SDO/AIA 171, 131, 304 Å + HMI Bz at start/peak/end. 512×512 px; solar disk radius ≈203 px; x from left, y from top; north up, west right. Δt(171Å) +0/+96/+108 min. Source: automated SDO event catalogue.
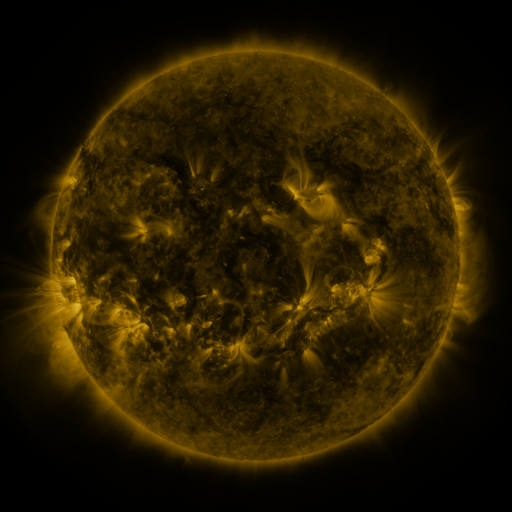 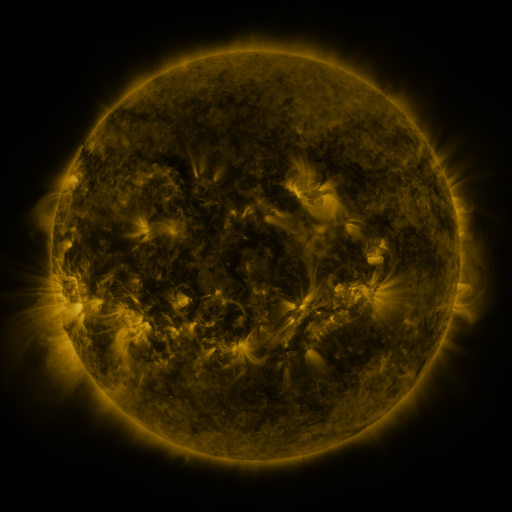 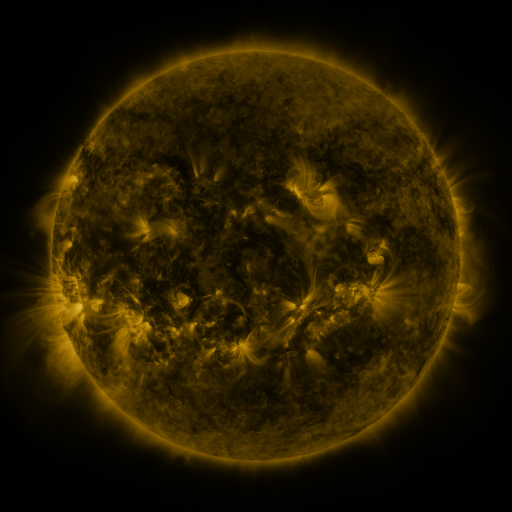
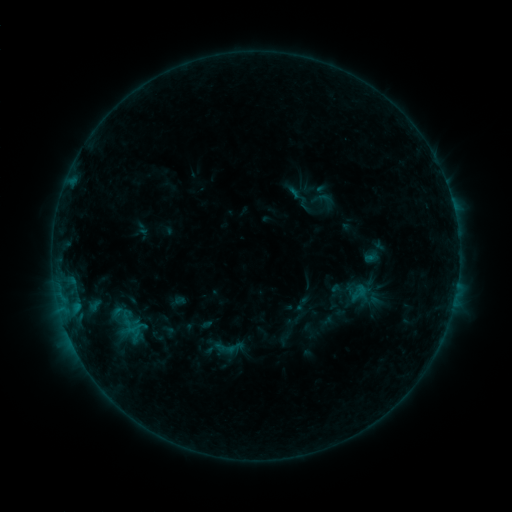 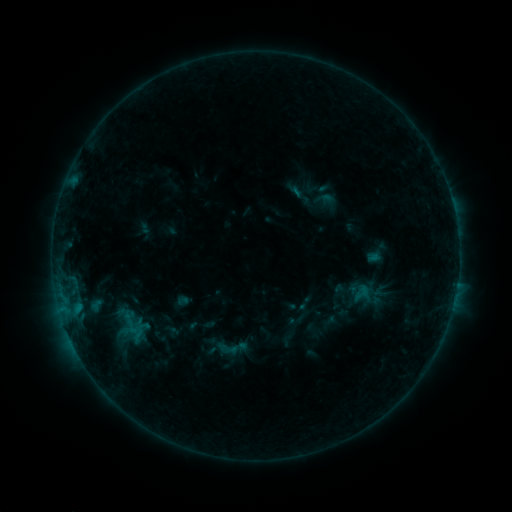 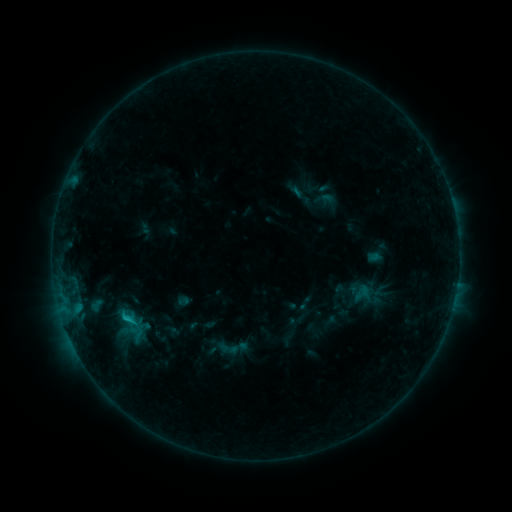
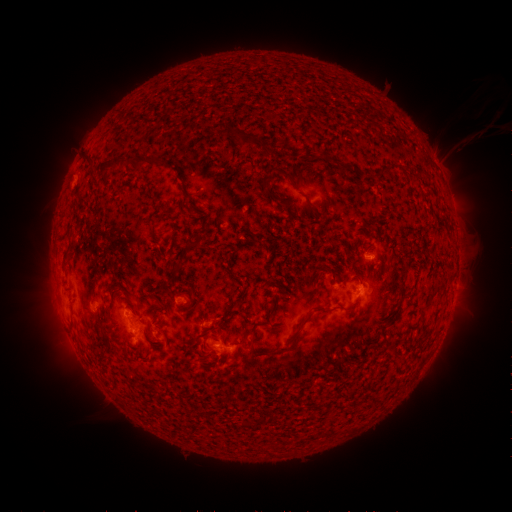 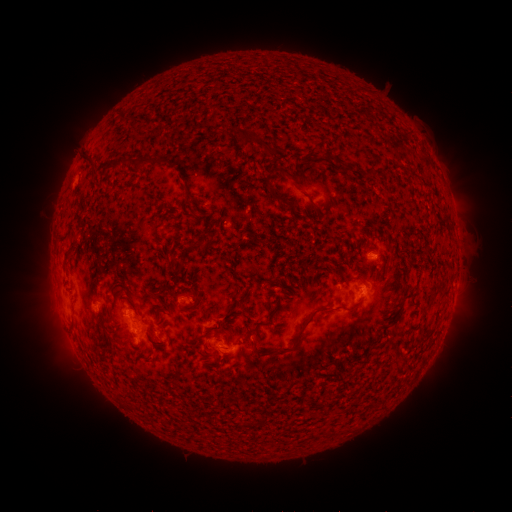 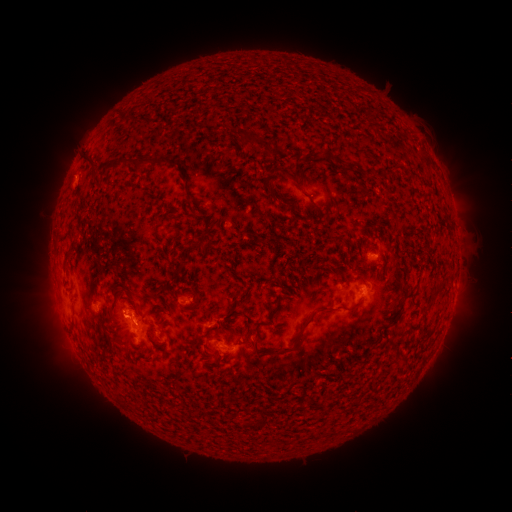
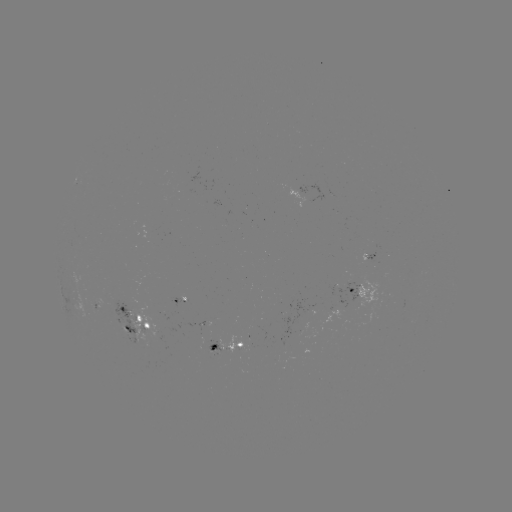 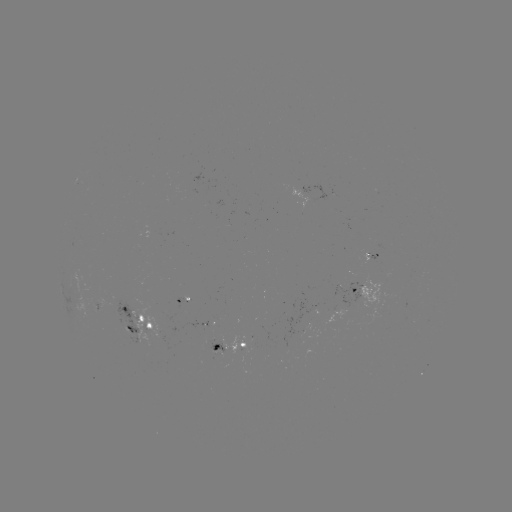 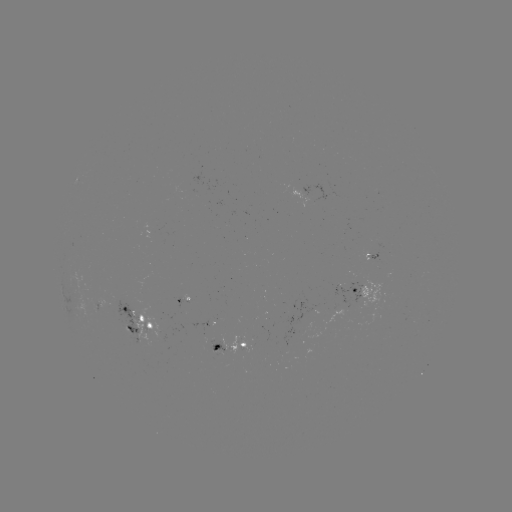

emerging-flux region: <bbox>121, 326, 133, 337</bbox>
